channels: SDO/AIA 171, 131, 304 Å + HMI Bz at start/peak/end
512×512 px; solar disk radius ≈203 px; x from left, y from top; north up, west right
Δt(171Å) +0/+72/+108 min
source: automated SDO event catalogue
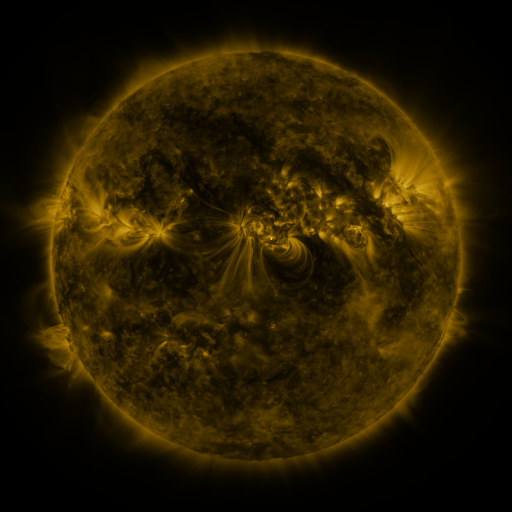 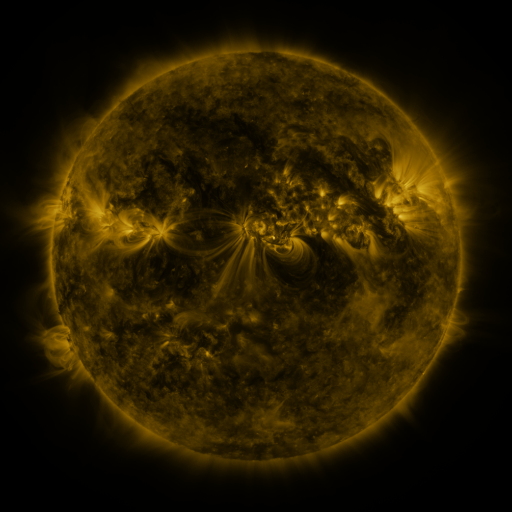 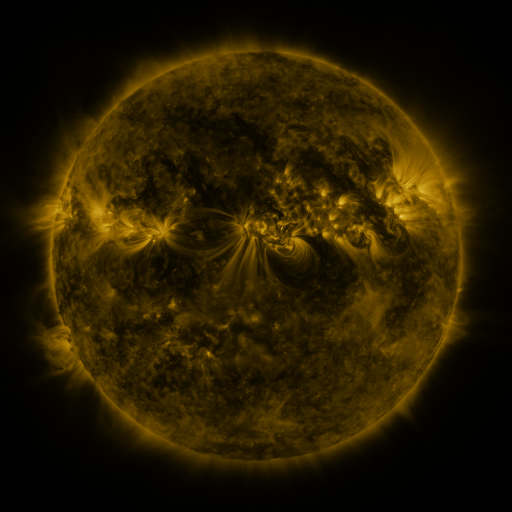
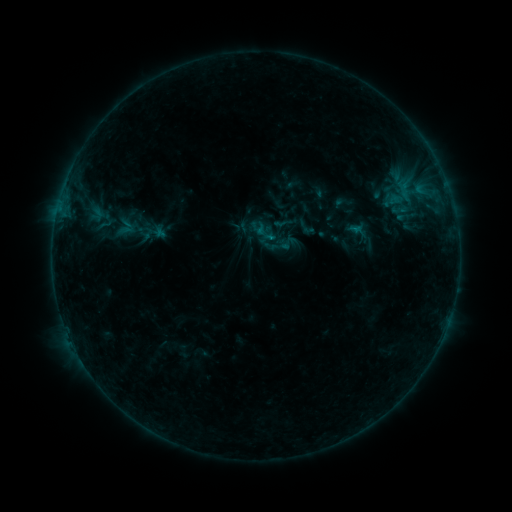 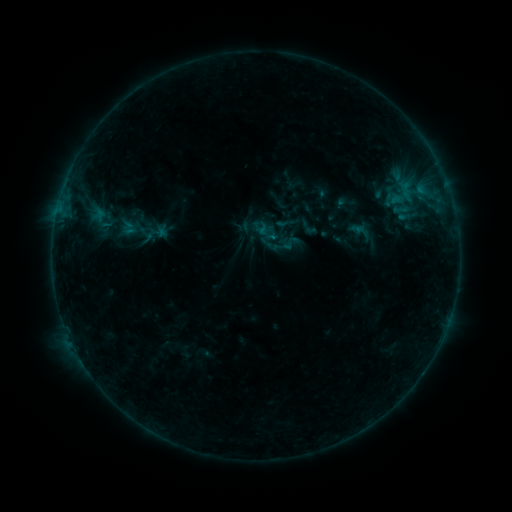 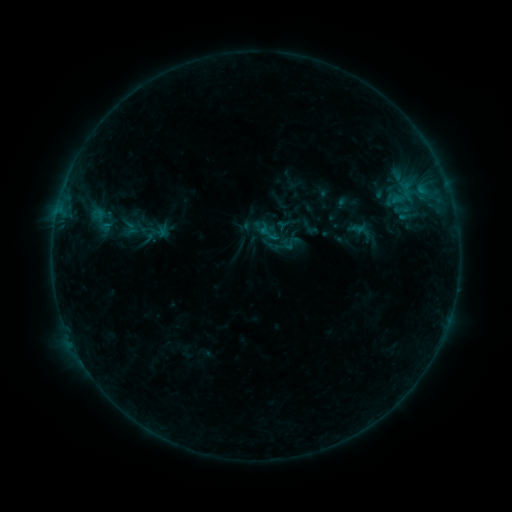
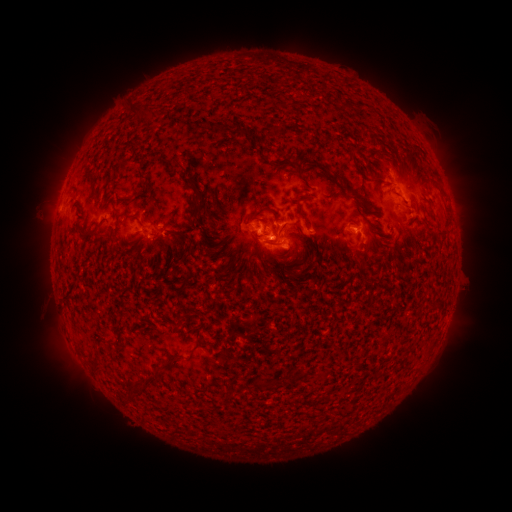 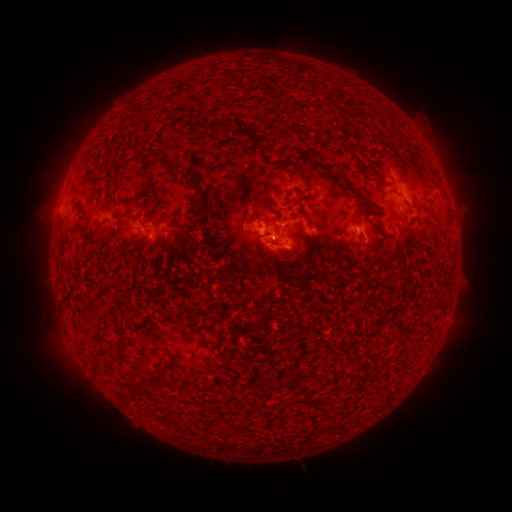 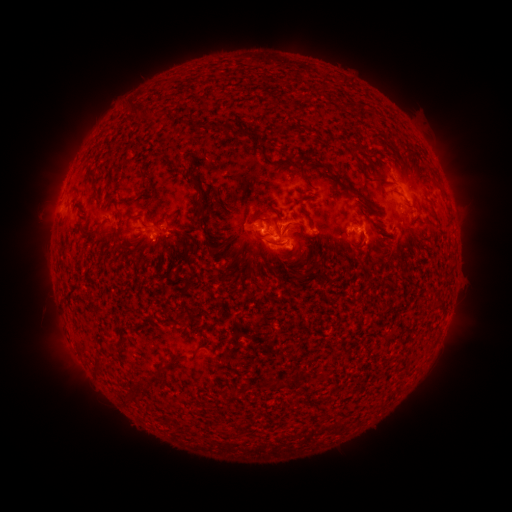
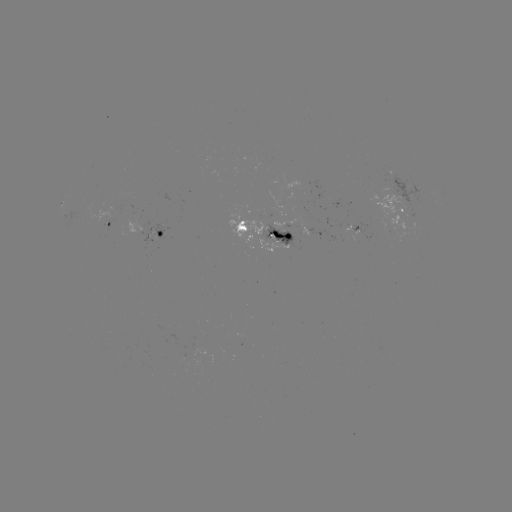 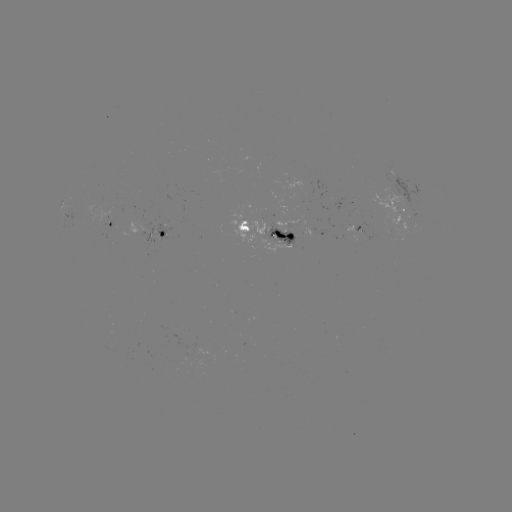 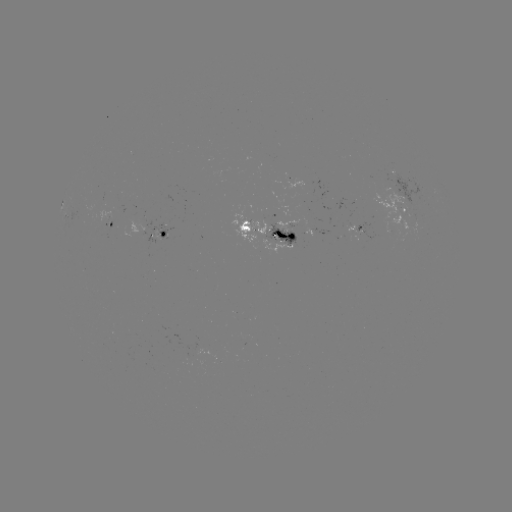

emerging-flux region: (365, 190, 431, 242)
